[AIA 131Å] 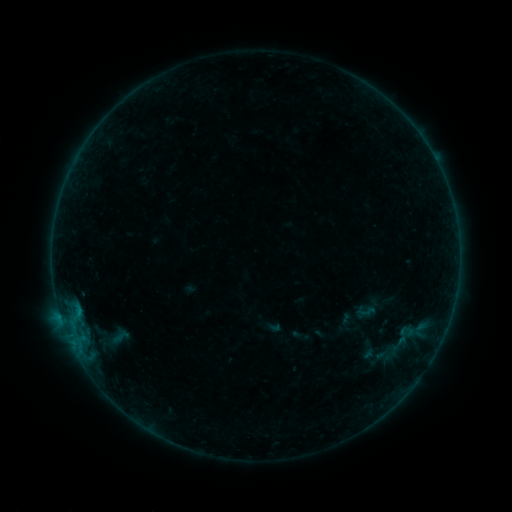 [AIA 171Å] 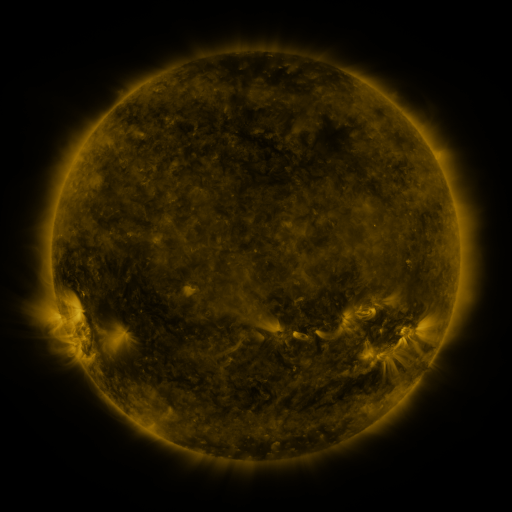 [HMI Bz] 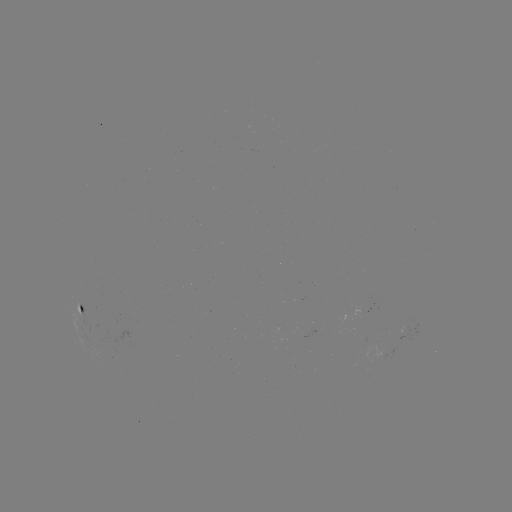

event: sigmoid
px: (366, 312)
